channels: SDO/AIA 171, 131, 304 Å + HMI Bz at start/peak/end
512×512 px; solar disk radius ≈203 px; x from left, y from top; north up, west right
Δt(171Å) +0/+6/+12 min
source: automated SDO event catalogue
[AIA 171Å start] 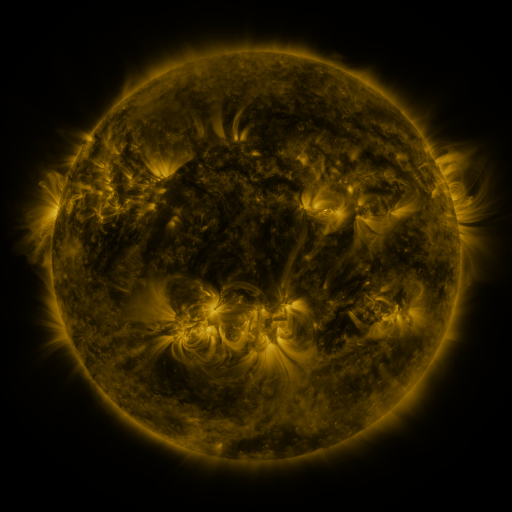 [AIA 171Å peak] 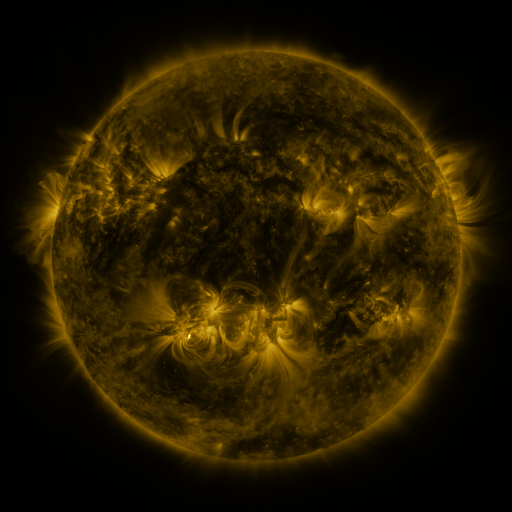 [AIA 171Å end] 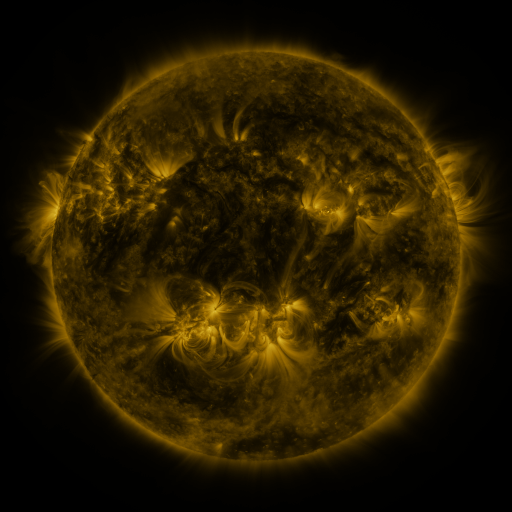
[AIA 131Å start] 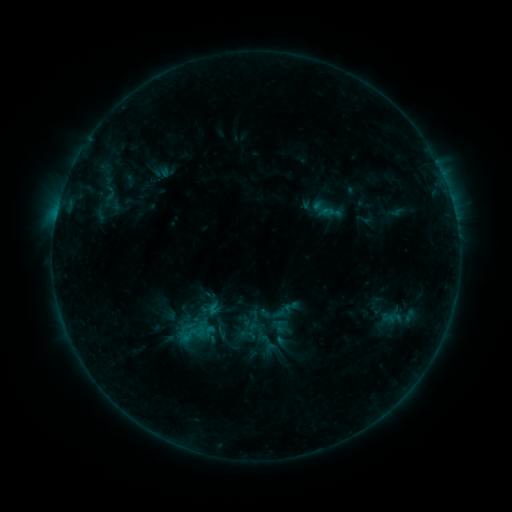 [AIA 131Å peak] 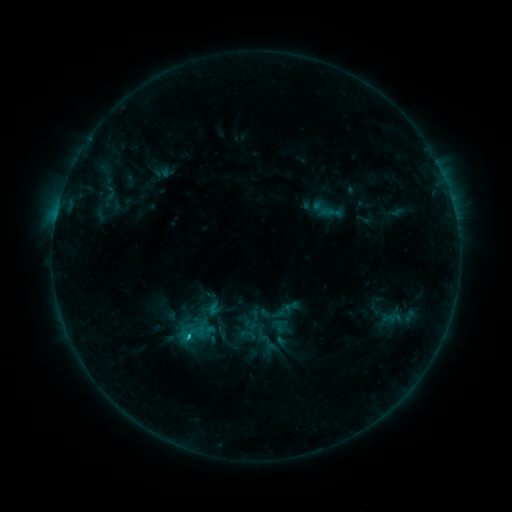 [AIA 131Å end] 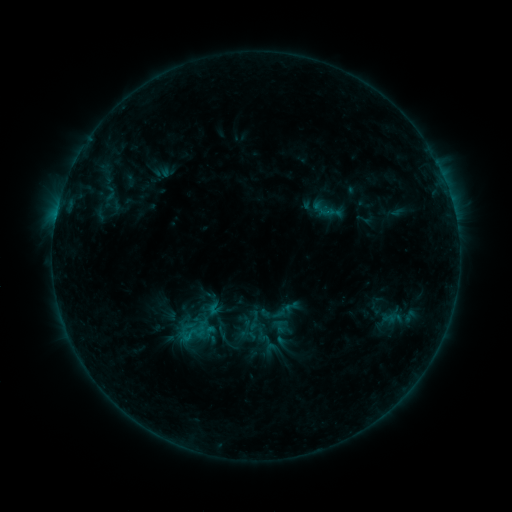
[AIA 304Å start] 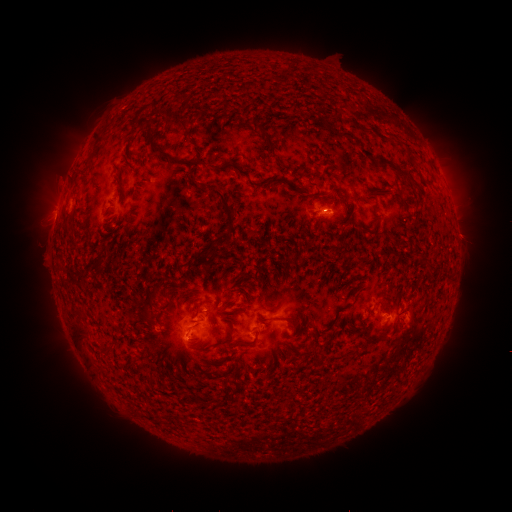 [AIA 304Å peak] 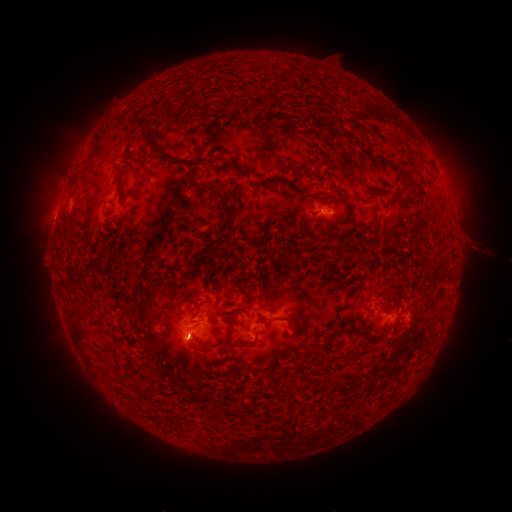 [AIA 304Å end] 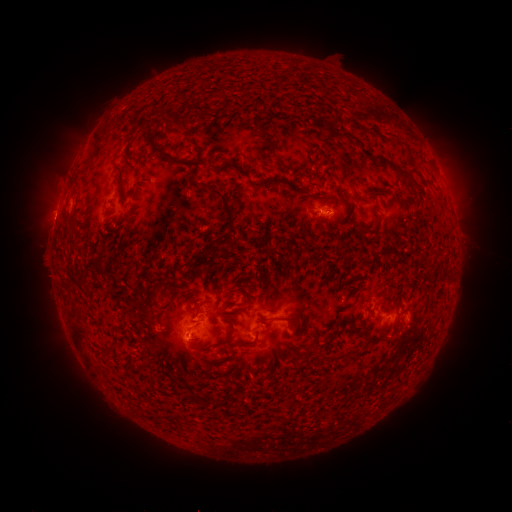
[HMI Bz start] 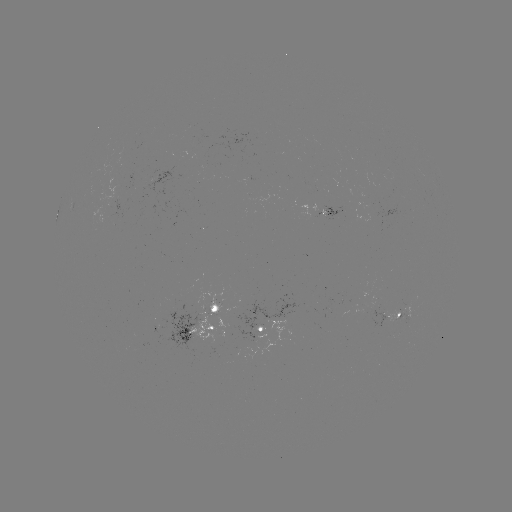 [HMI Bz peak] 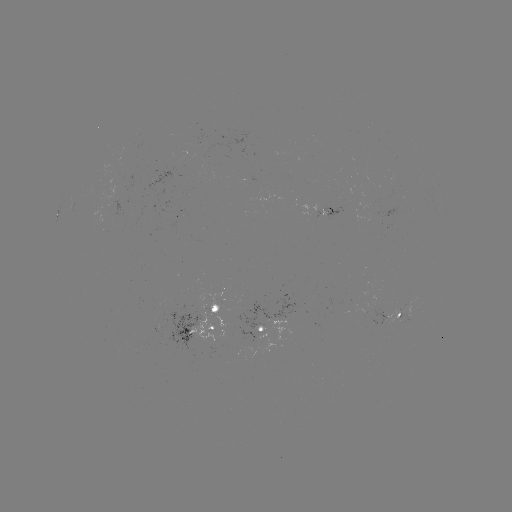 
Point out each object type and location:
B6.1 flare: (190, 336)
